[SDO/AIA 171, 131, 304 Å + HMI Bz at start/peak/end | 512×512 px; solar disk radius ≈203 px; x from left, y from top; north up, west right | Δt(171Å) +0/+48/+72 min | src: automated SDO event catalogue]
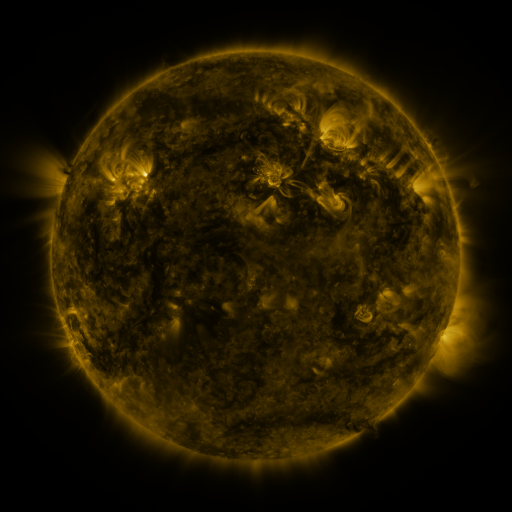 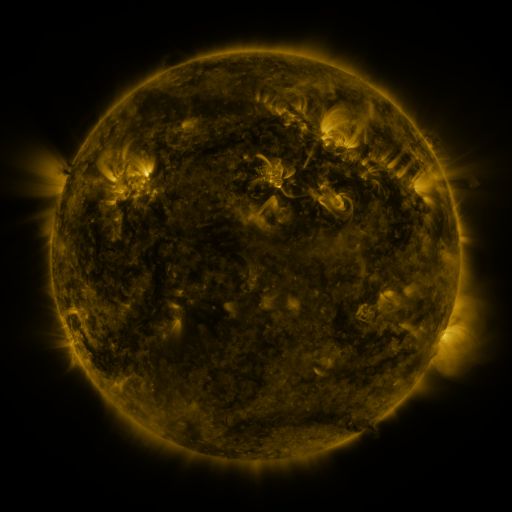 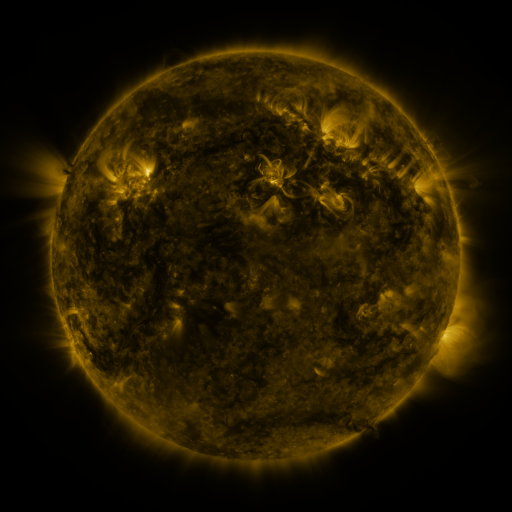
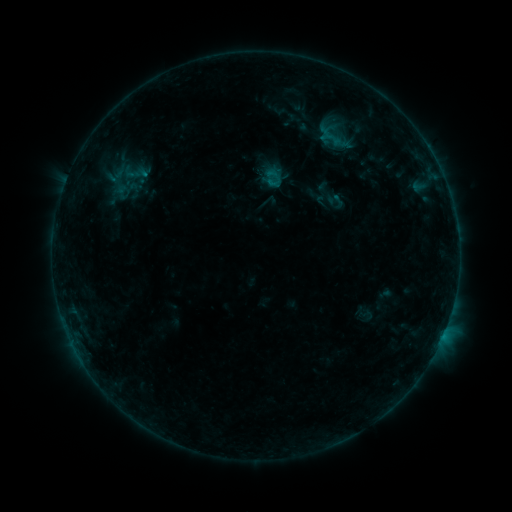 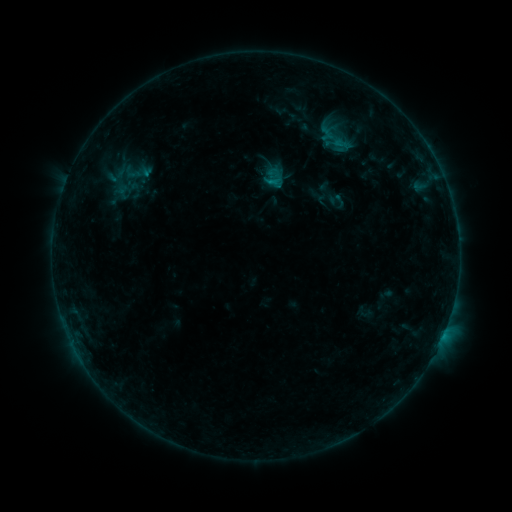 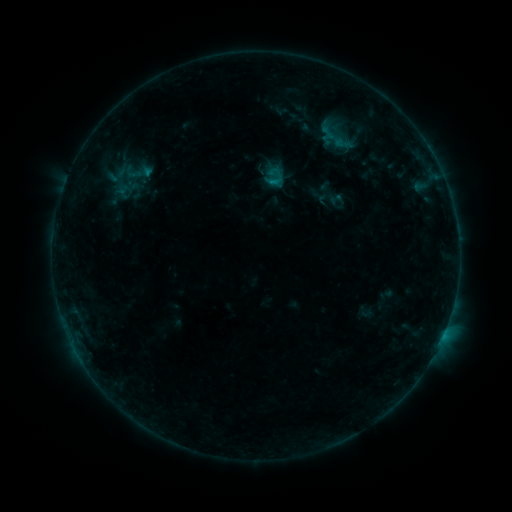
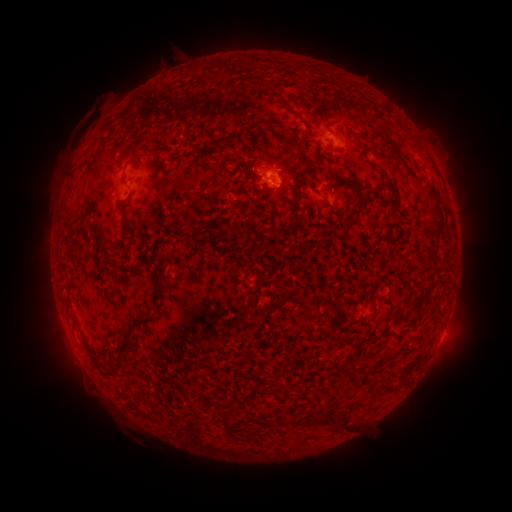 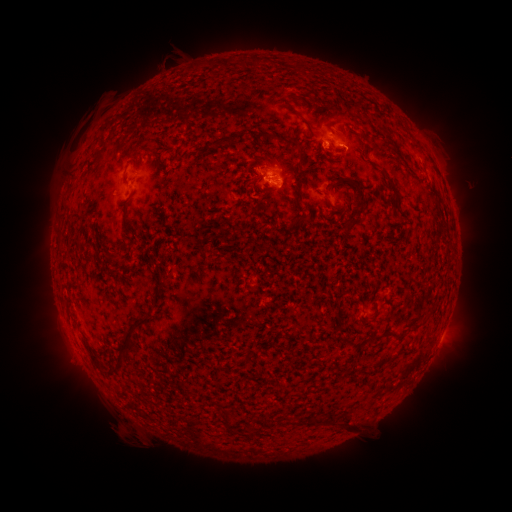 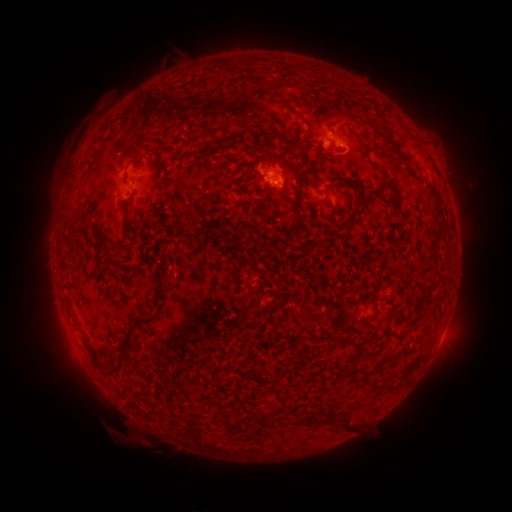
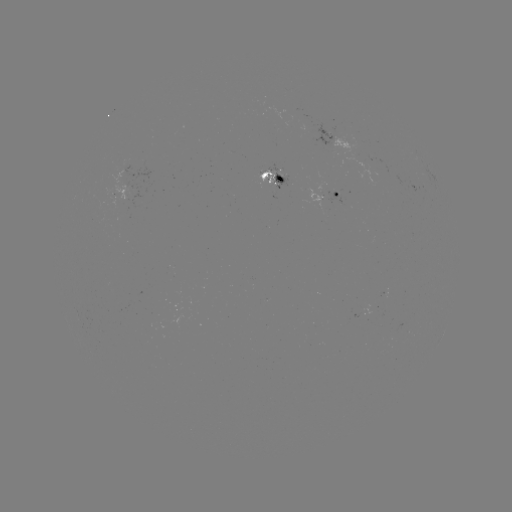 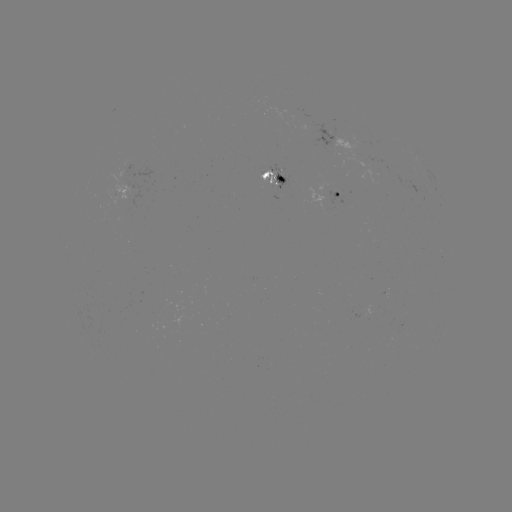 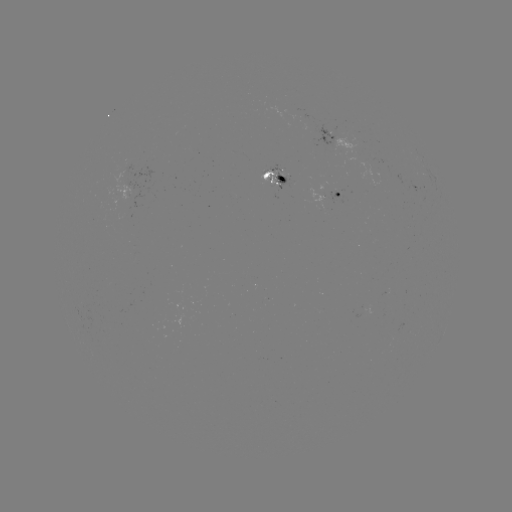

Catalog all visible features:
B7.7 flare: (266, 182)
